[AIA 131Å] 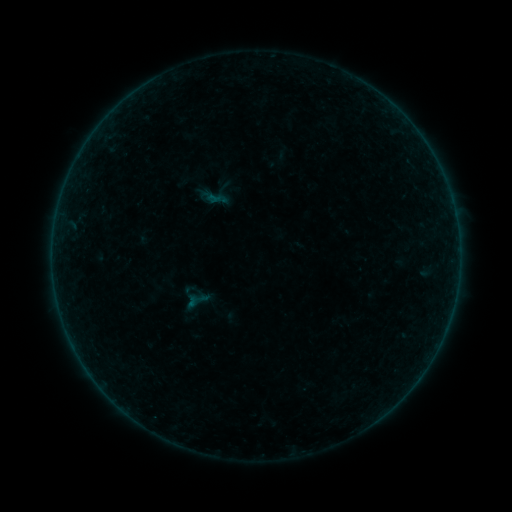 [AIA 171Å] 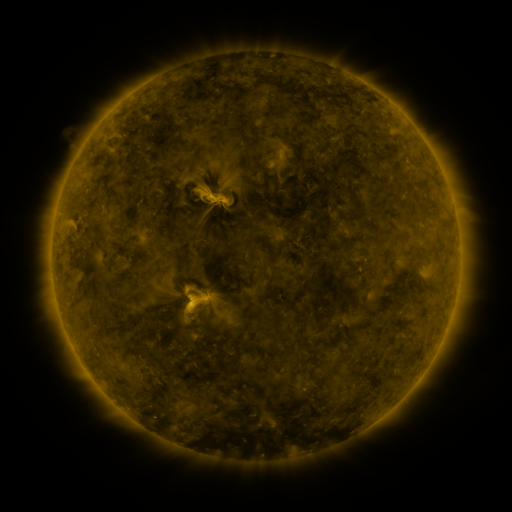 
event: sigmoid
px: (212, 194)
